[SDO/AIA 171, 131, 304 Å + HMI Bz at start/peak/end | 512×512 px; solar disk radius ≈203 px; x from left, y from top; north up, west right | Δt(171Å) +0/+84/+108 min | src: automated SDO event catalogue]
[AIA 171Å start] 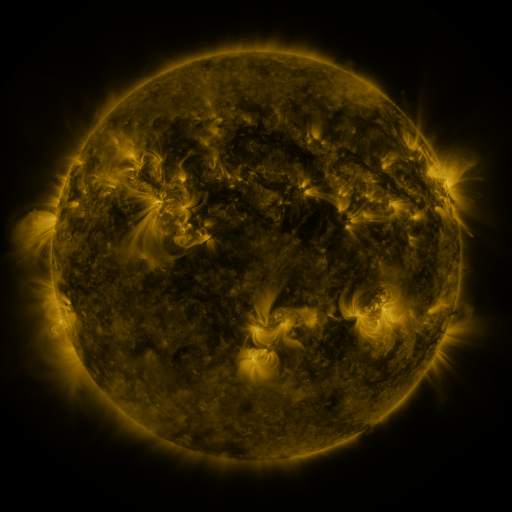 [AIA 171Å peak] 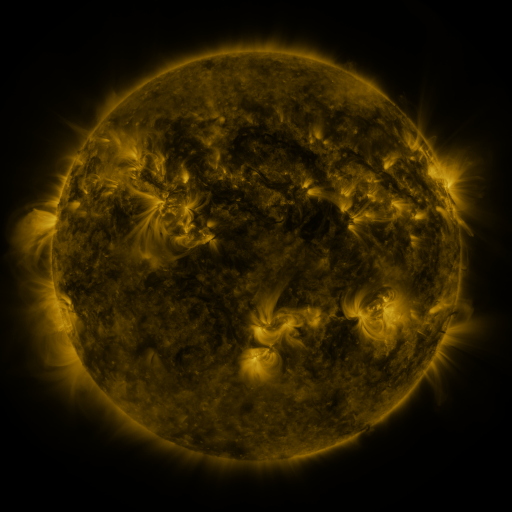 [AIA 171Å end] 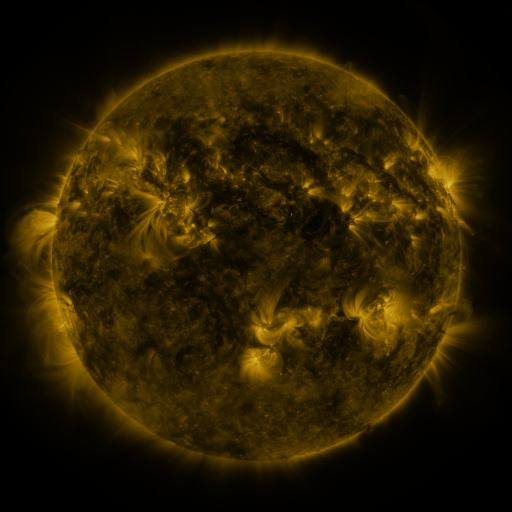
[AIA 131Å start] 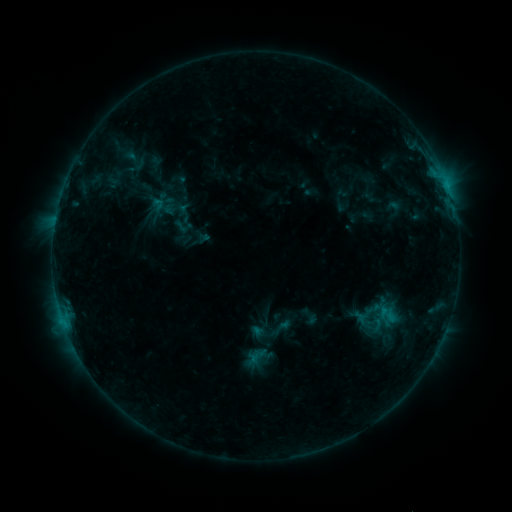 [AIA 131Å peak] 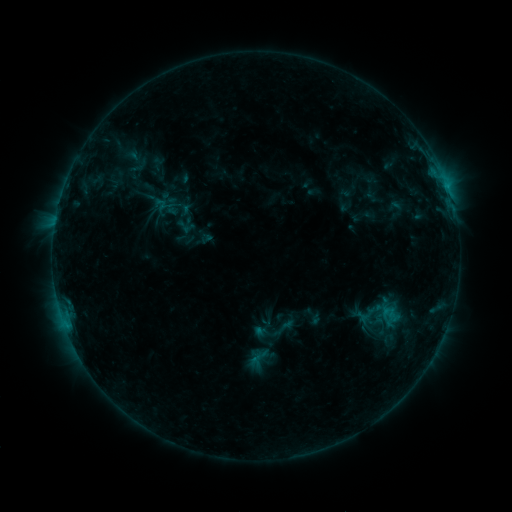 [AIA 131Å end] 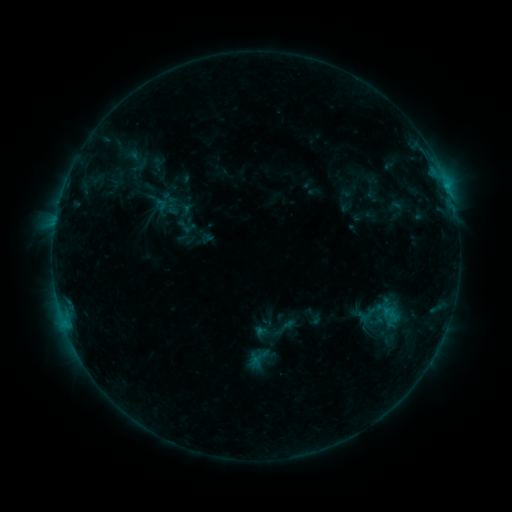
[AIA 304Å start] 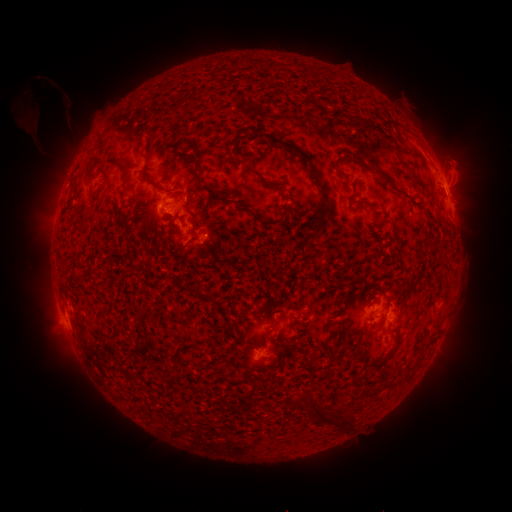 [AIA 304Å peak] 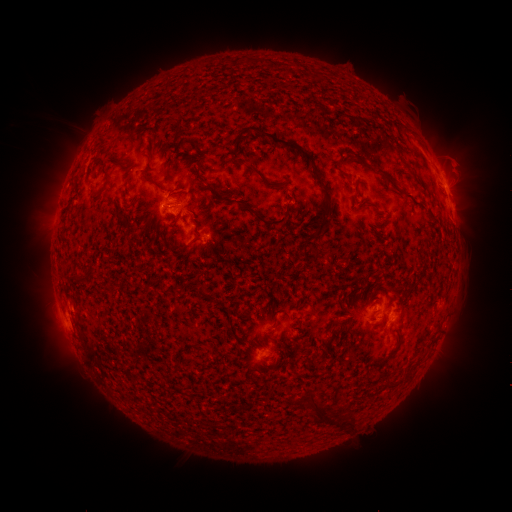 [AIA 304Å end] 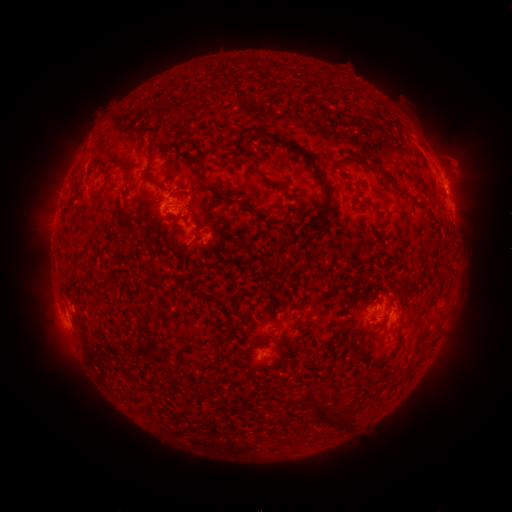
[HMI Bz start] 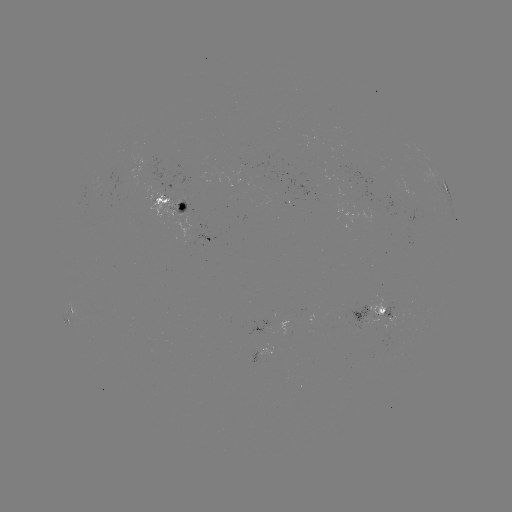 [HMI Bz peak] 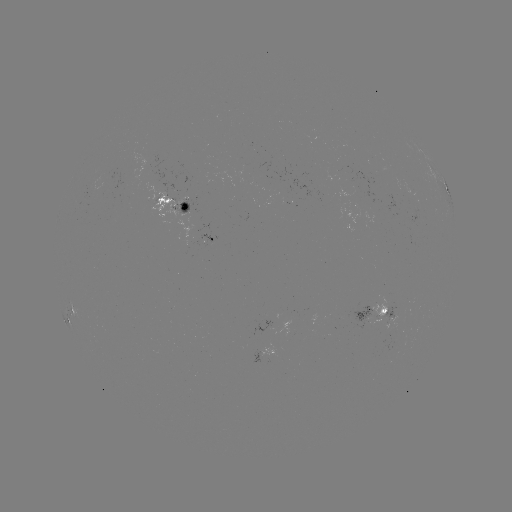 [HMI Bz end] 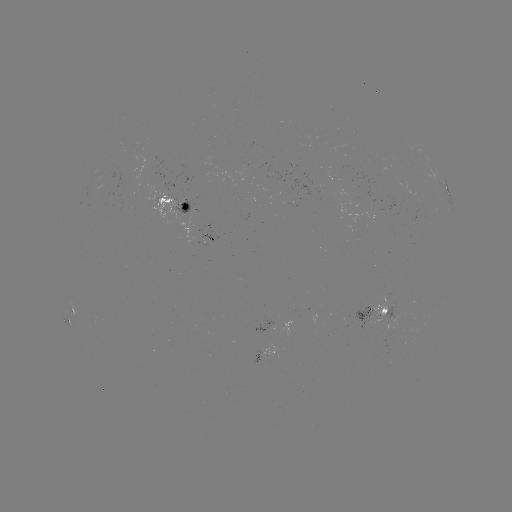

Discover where emerging-flux region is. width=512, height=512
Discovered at (361, 194).